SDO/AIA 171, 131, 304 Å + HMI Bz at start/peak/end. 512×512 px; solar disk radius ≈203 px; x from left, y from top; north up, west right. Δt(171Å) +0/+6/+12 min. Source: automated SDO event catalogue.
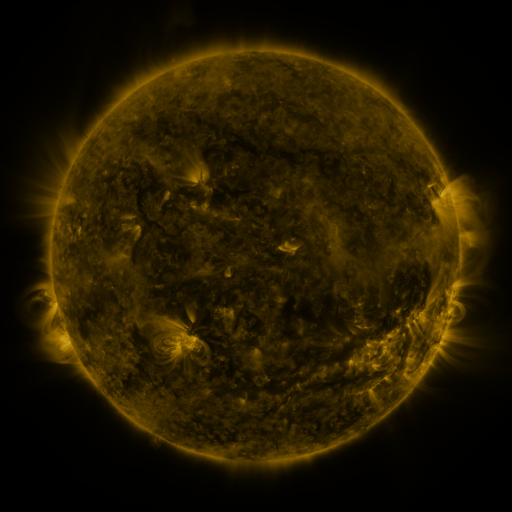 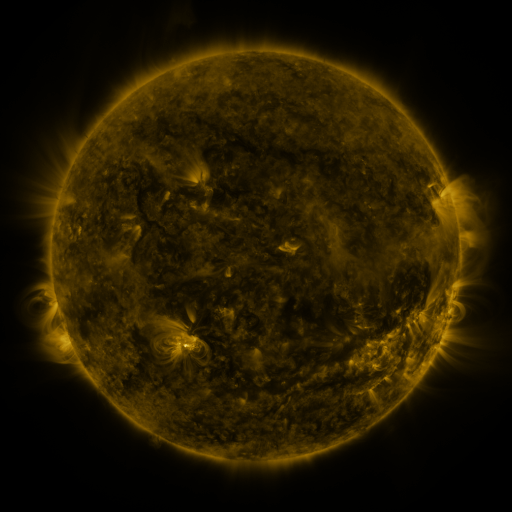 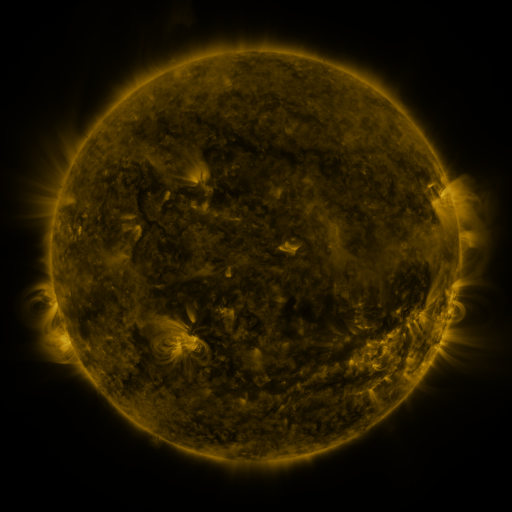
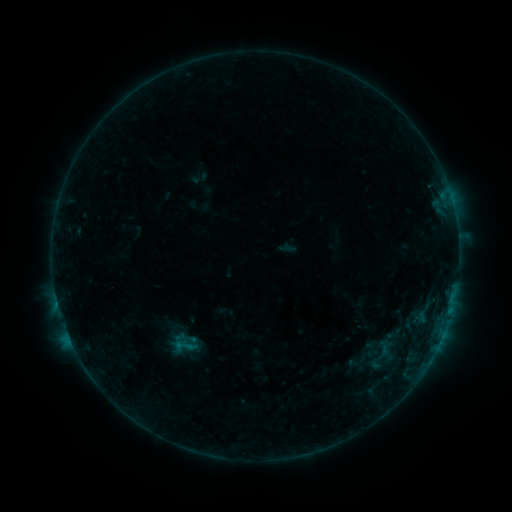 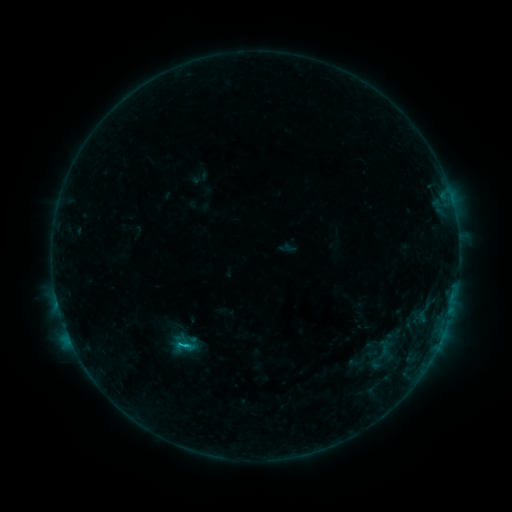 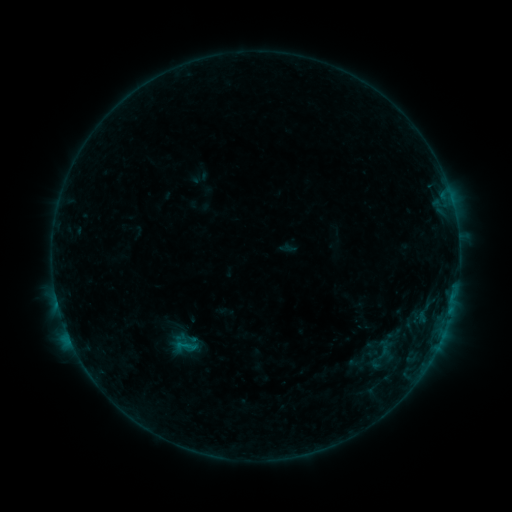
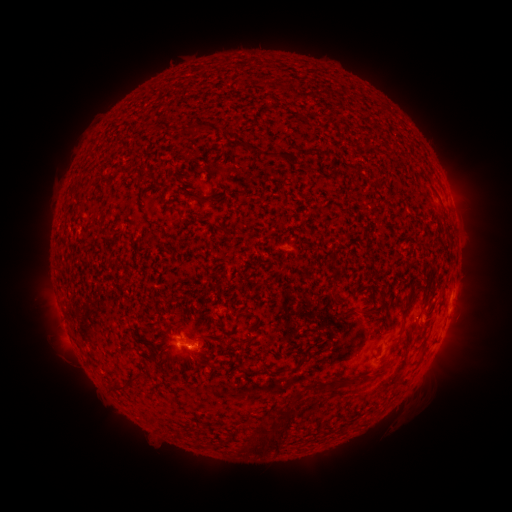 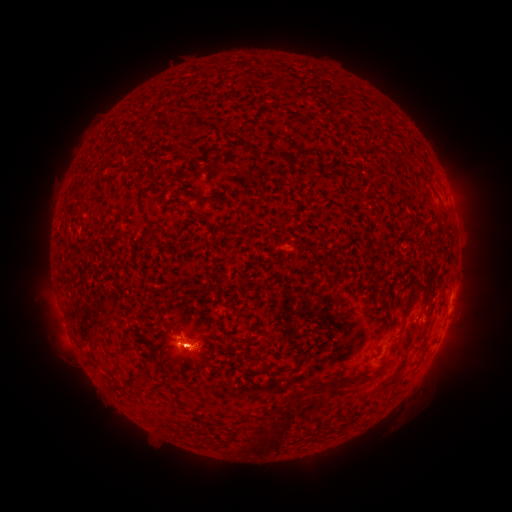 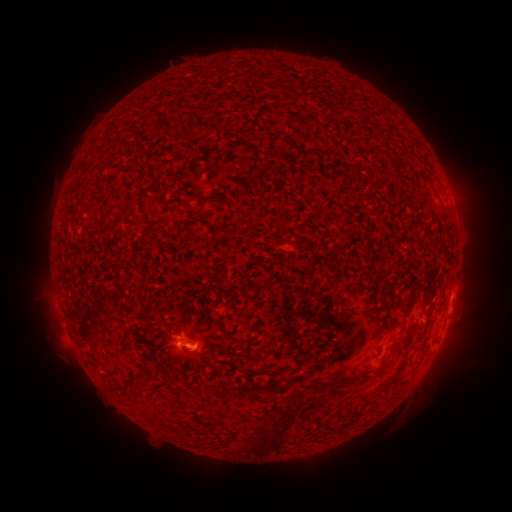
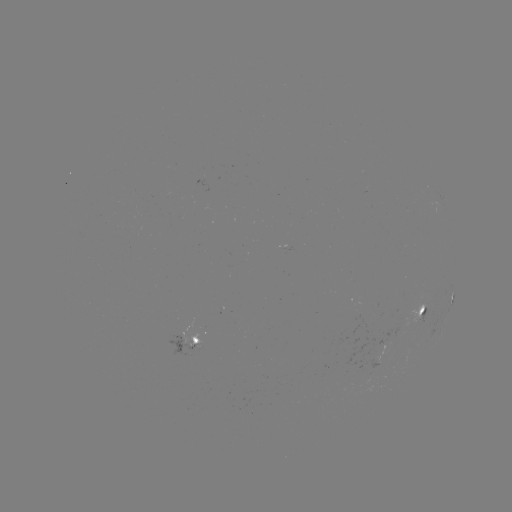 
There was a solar flare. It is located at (187, 345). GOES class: B5.3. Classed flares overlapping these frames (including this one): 2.